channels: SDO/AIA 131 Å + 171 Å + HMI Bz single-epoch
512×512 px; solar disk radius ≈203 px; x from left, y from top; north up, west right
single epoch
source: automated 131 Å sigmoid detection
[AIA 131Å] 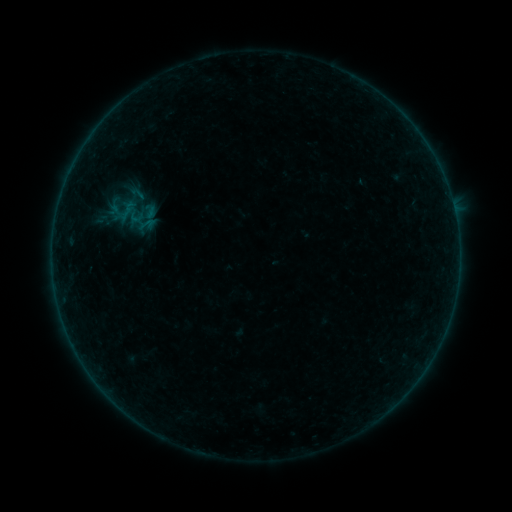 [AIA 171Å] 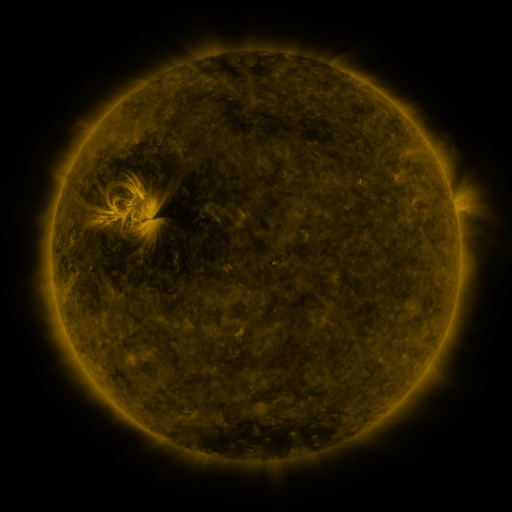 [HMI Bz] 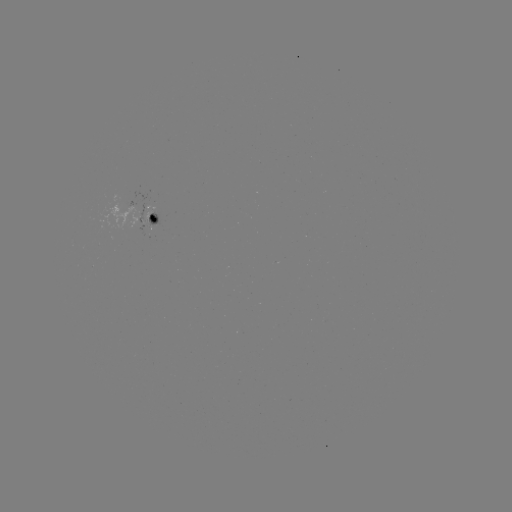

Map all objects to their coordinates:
sigmoid: (137, 193)
